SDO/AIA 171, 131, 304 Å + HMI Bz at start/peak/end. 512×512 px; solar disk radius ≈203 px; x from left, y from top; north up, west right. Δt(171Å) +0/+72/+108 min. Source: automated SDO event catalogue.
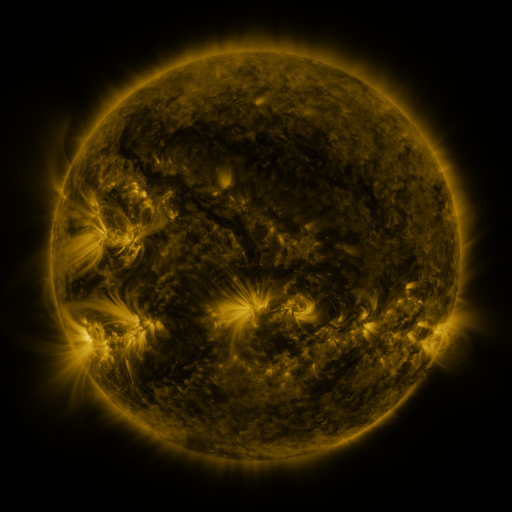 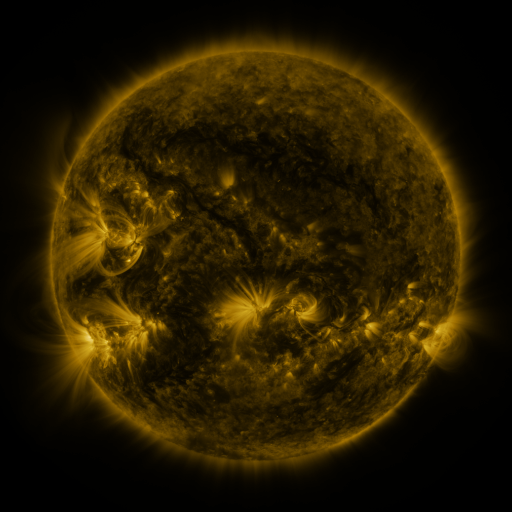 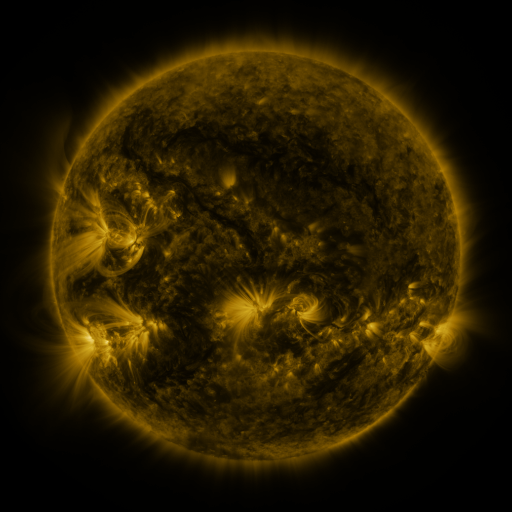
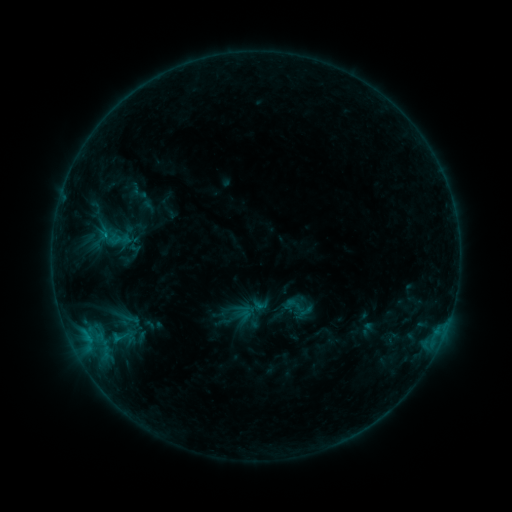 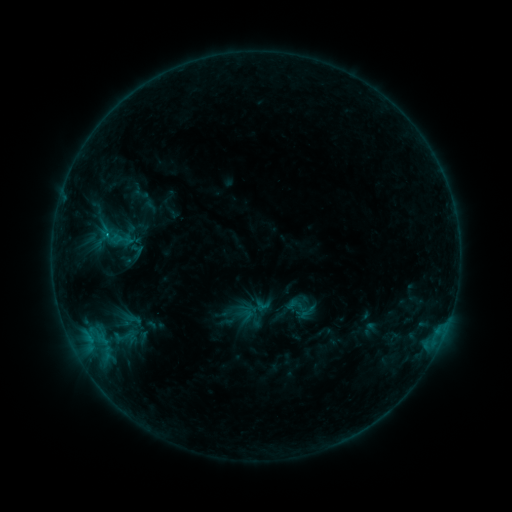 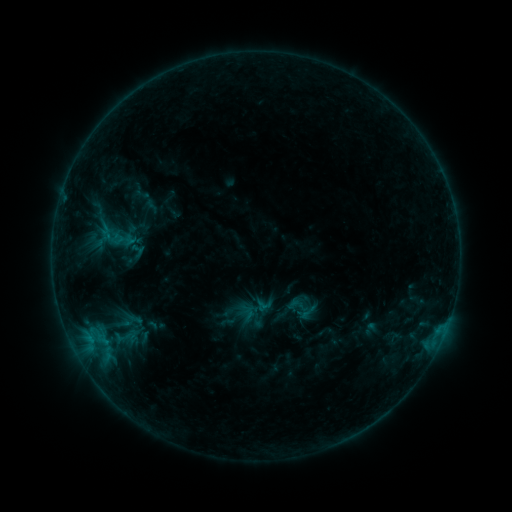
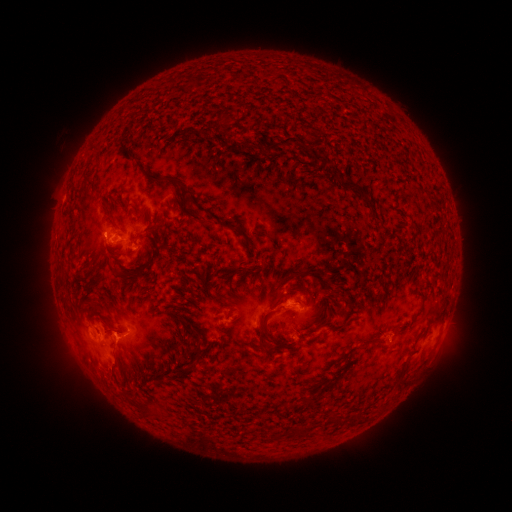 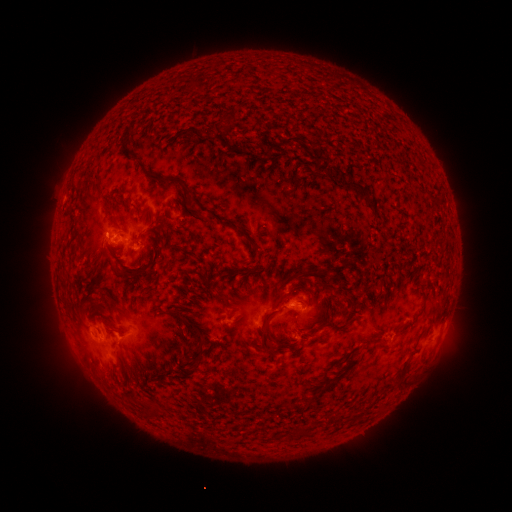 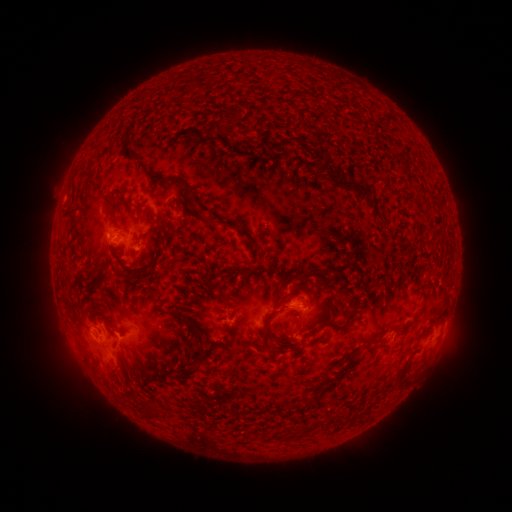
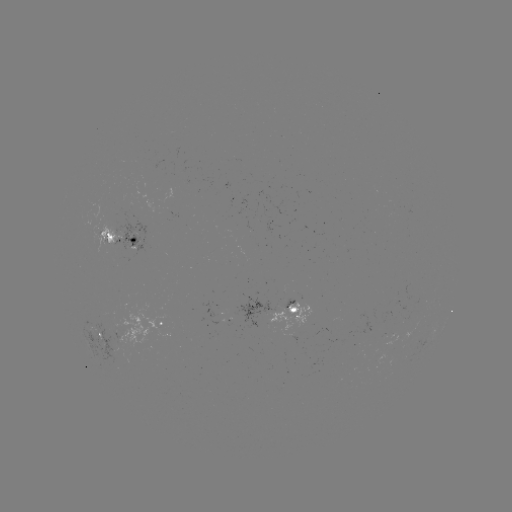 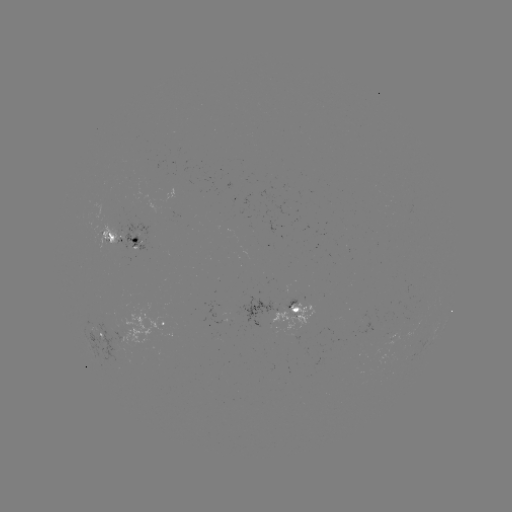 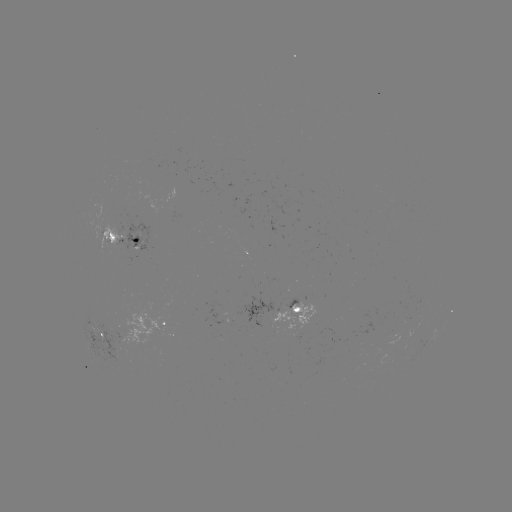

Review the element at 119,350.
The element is emerging-flux region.